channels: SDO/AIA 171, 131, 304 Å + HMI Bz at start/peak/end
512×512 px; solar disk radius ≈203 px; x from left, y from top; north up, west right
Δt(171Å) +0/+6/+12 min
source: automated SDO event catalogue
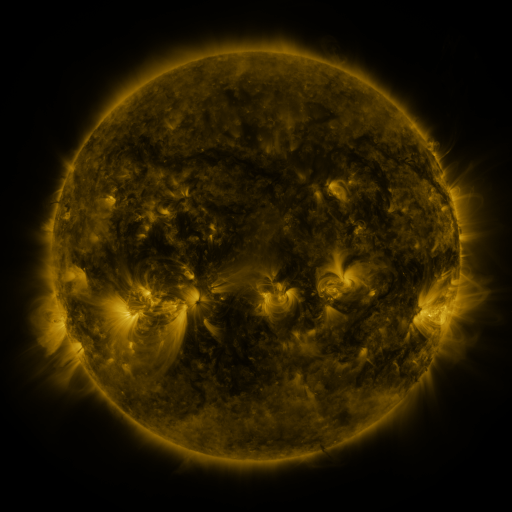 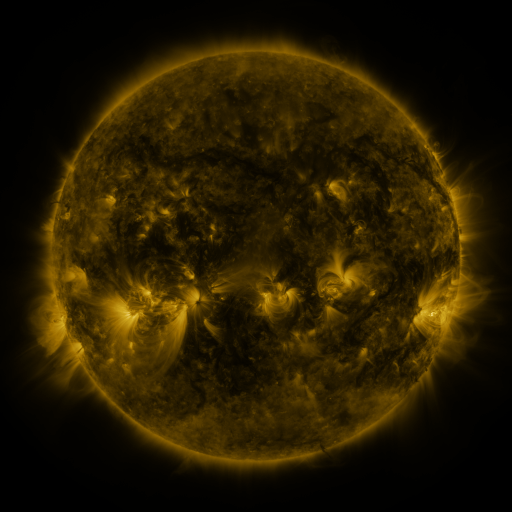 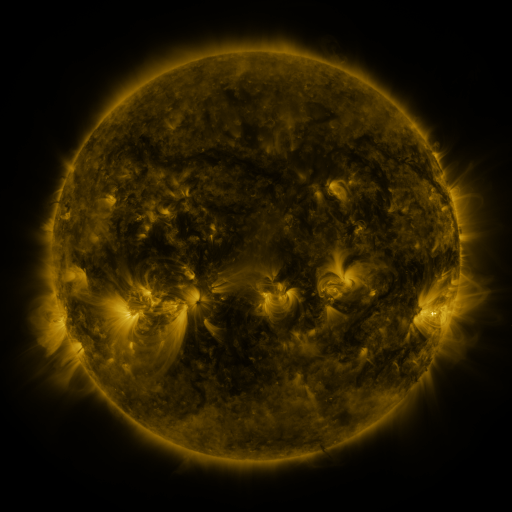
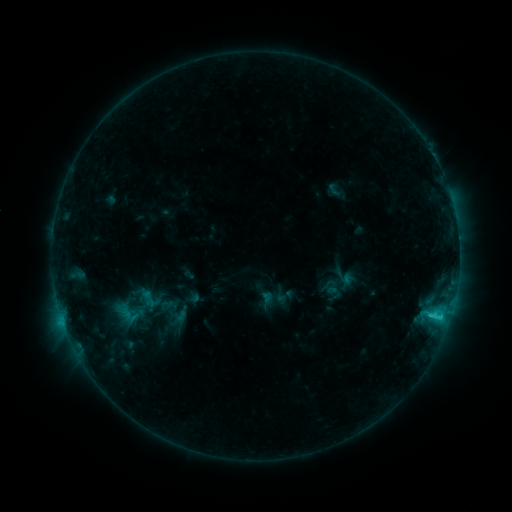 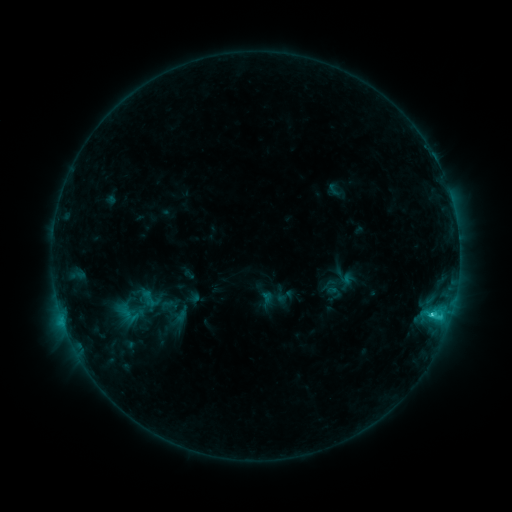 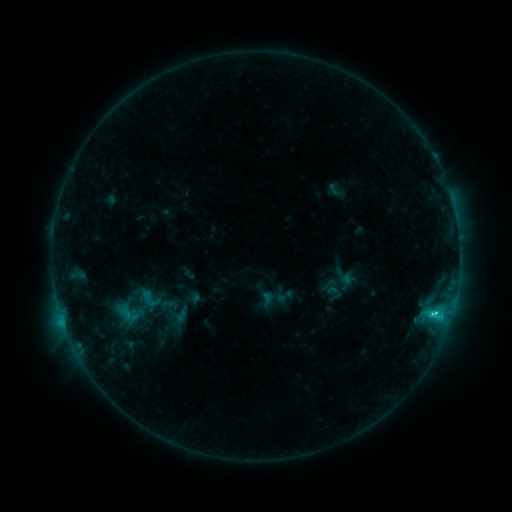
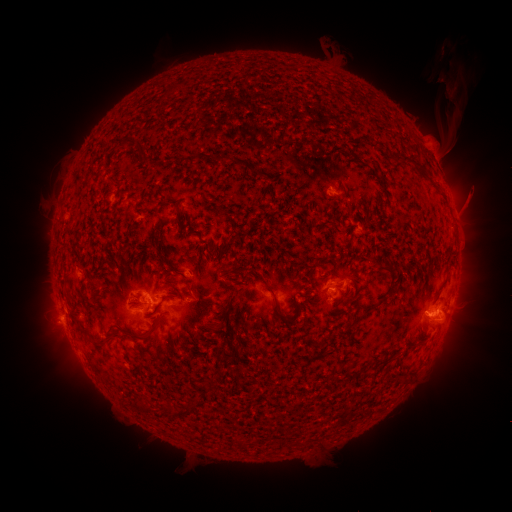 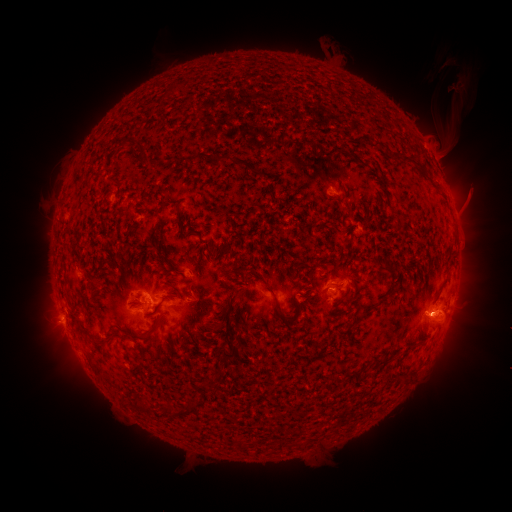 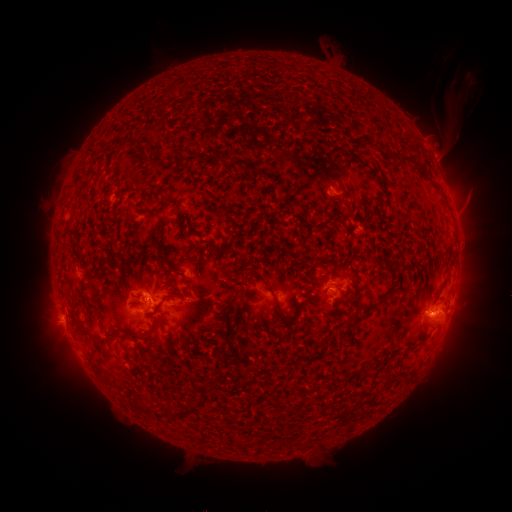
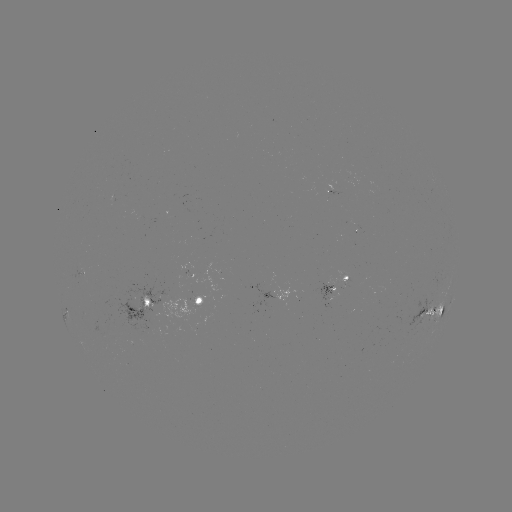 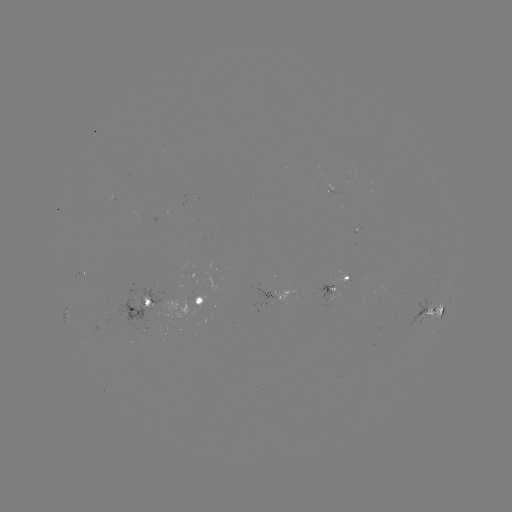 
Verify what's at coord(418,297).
C2.8 flare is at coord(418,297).